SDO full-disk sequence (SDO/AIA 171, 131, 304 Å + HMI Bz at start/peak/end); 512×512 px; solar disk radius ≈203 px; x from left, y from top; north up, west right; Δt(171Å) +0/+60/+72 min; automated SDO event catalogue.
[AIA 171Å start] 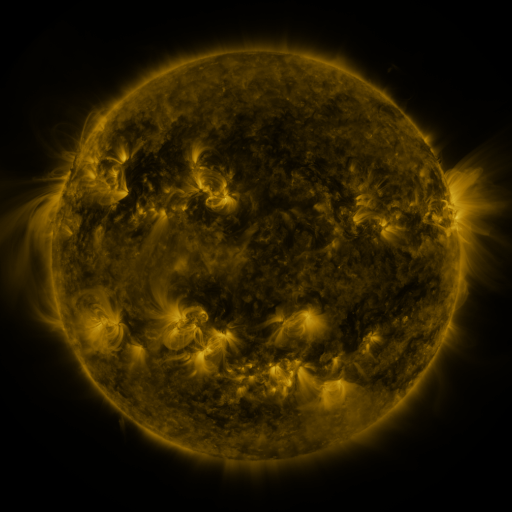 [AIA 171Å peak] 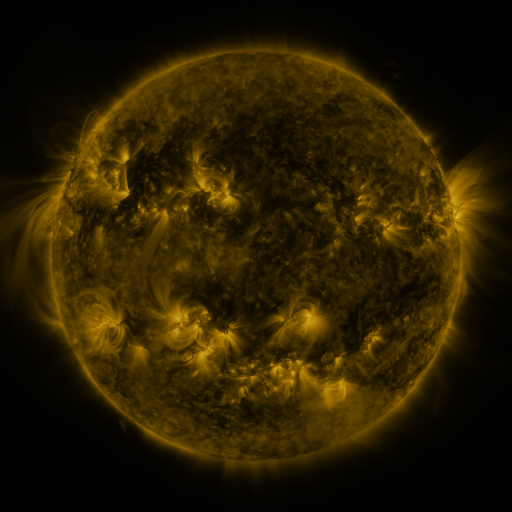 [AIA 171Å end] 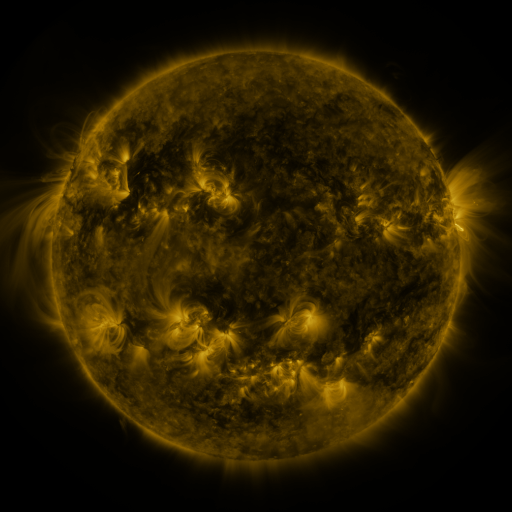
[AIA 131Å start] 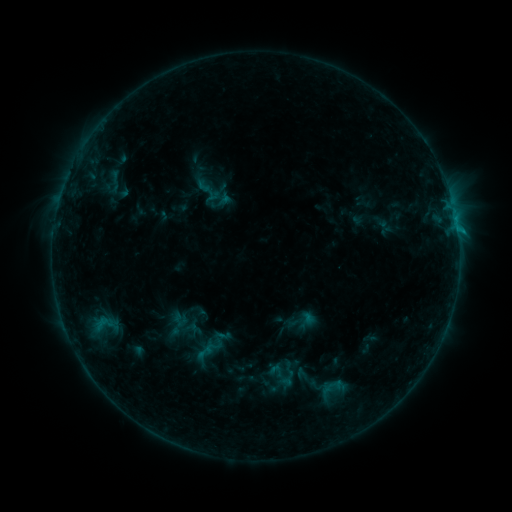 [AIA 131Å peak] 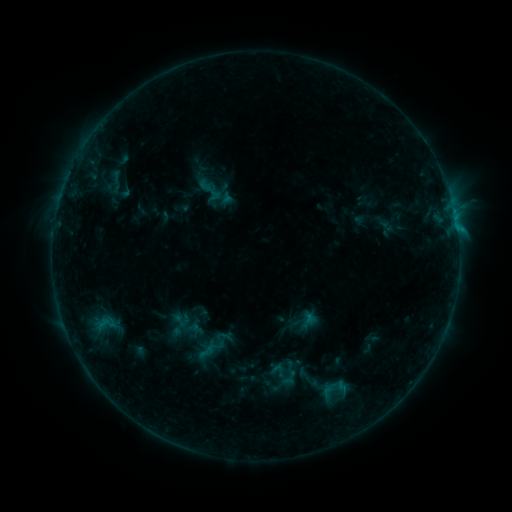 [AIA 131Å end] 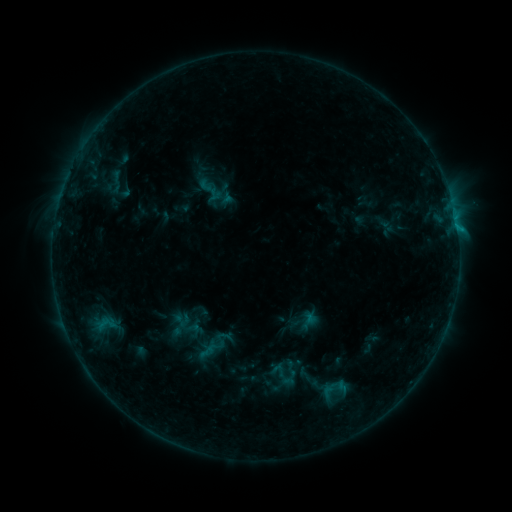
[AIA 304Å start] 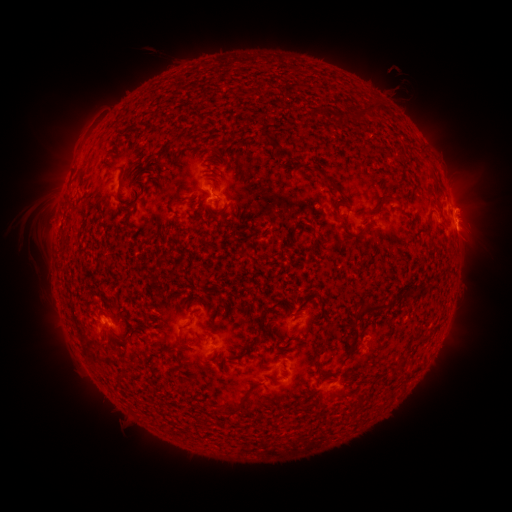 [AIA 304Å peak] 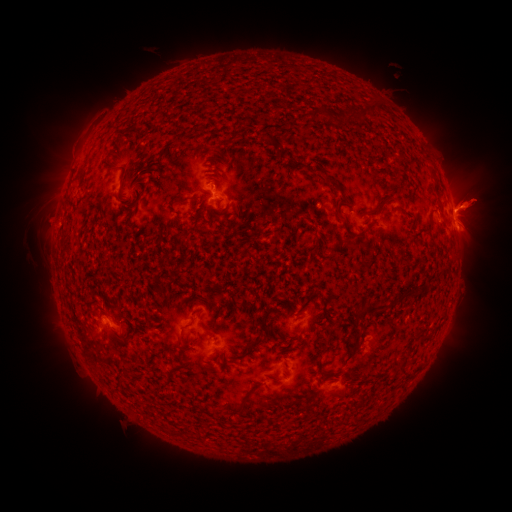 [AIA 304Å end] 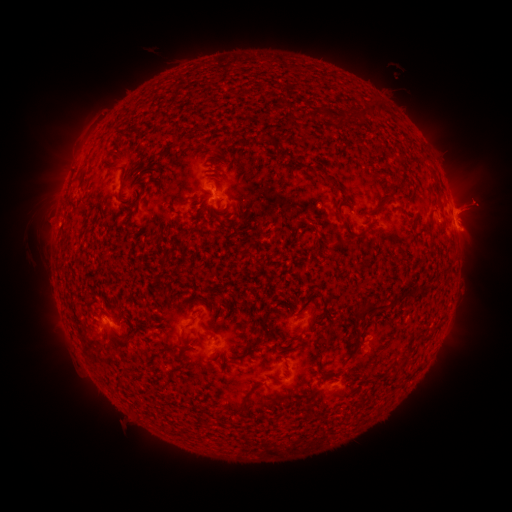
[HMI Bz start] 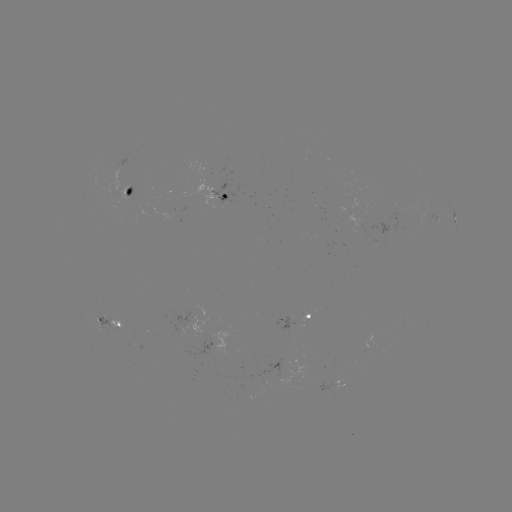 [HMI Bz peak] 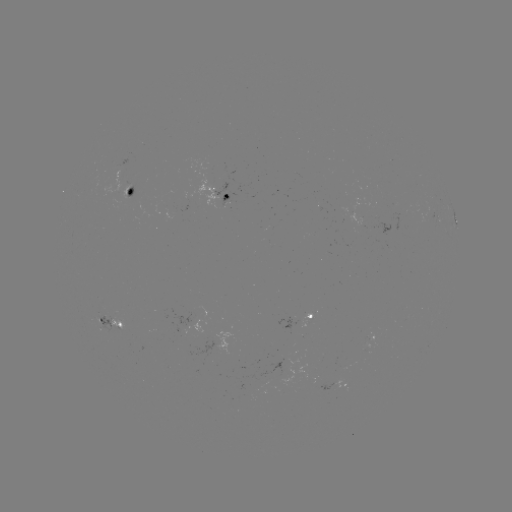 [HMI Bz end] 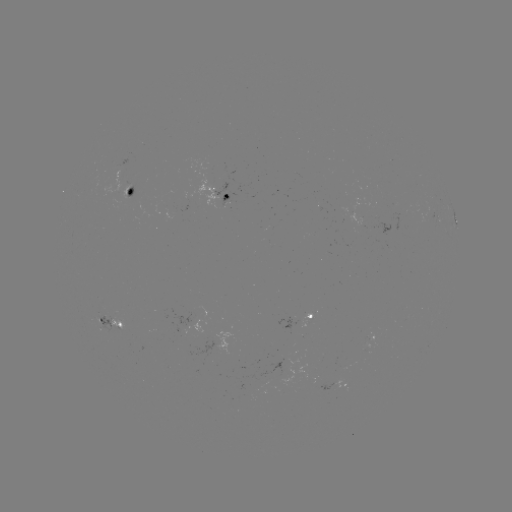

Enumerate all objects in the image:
emerging-flux region: (354, 207)
